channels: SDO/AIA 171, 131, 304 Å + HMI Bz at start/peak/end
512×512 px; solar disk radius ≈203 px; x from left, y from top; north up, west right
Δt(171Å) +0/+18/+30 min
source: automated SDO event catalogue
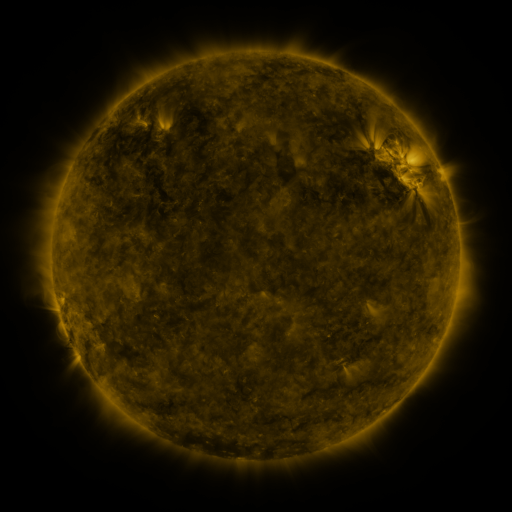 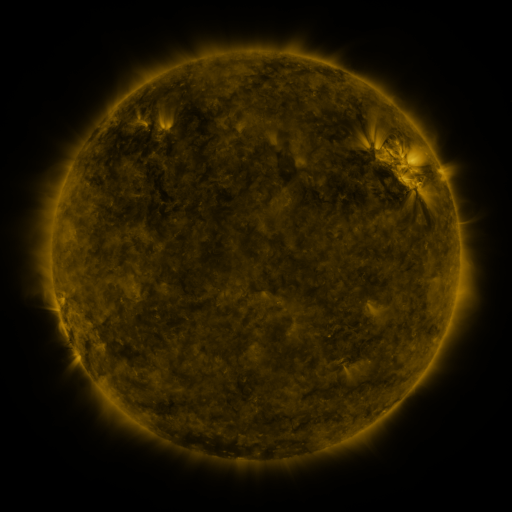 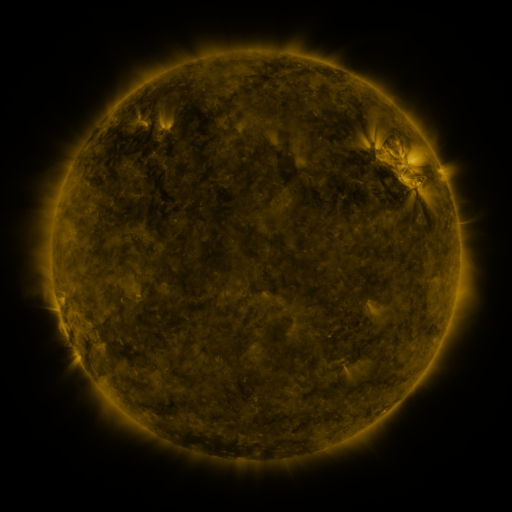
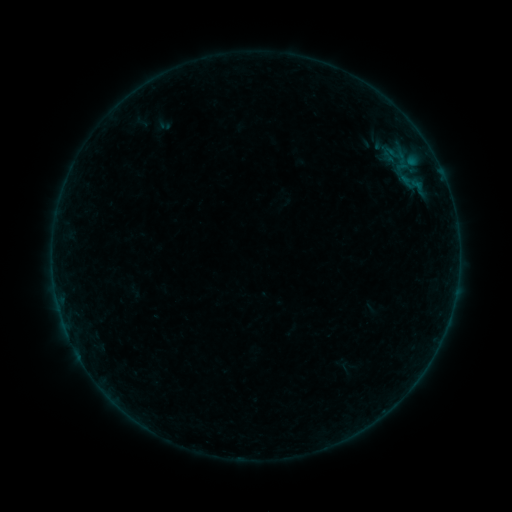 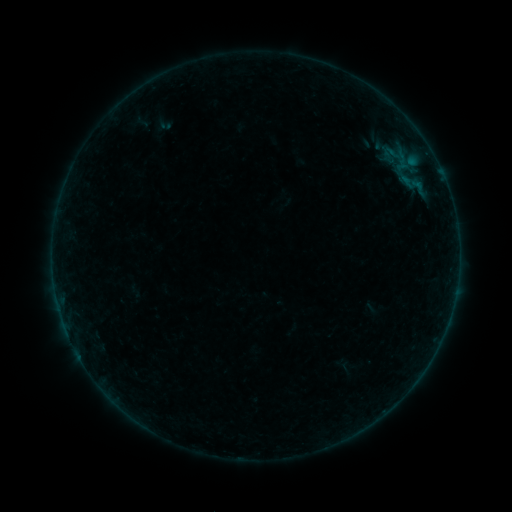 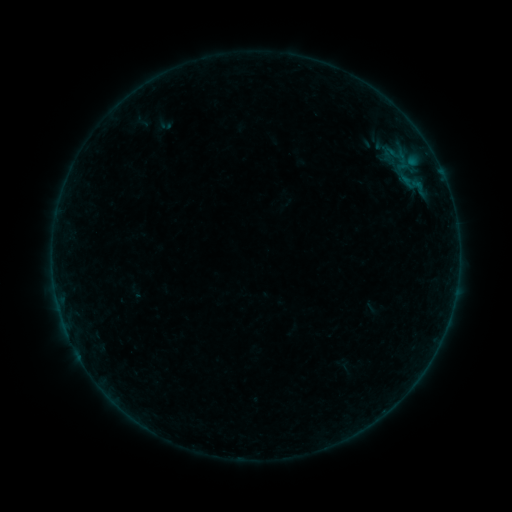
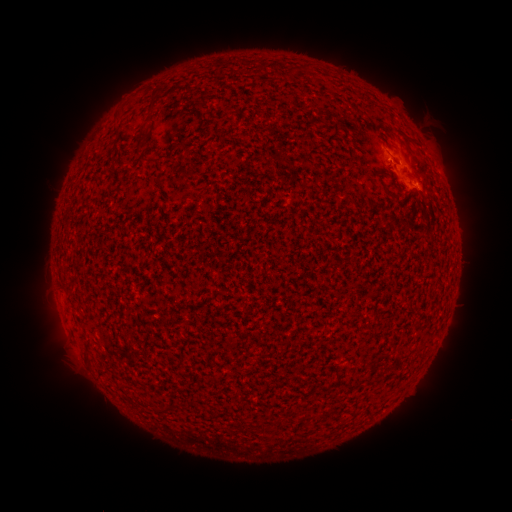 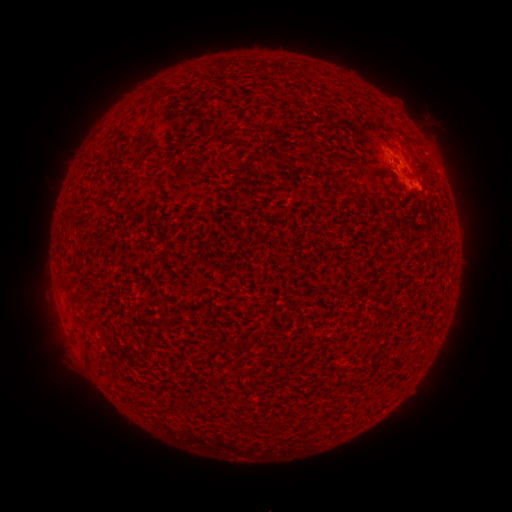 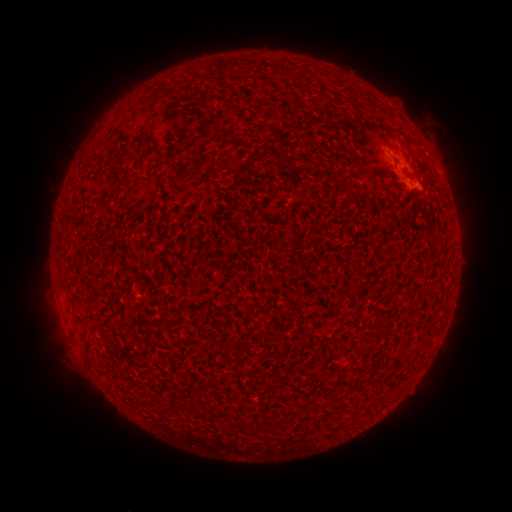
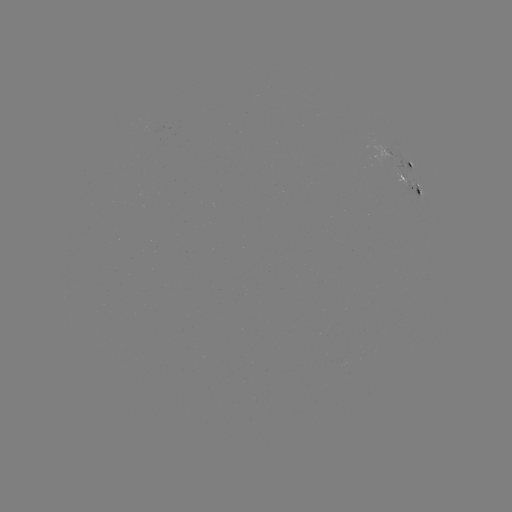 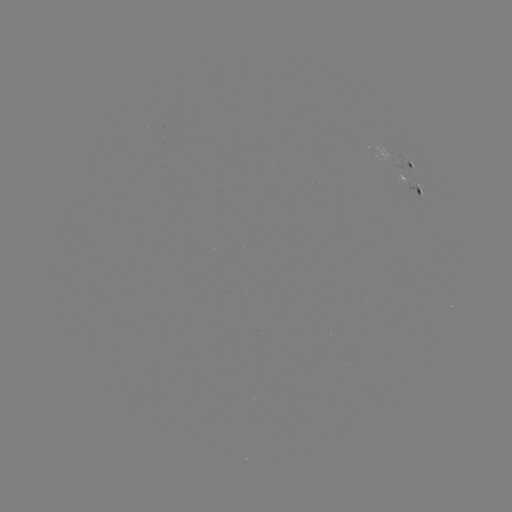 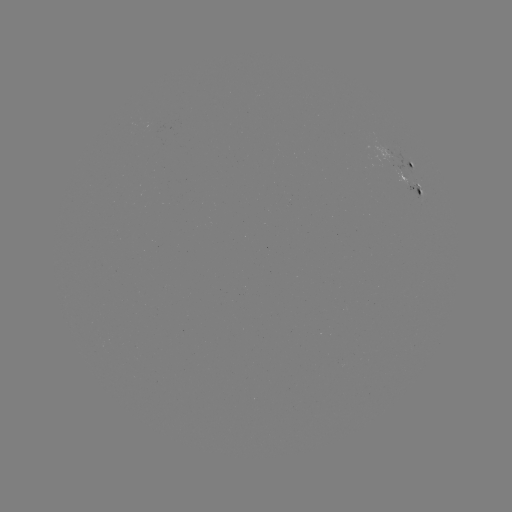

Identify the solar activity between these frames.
no flare in any classed list; no EUV-trigger detection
